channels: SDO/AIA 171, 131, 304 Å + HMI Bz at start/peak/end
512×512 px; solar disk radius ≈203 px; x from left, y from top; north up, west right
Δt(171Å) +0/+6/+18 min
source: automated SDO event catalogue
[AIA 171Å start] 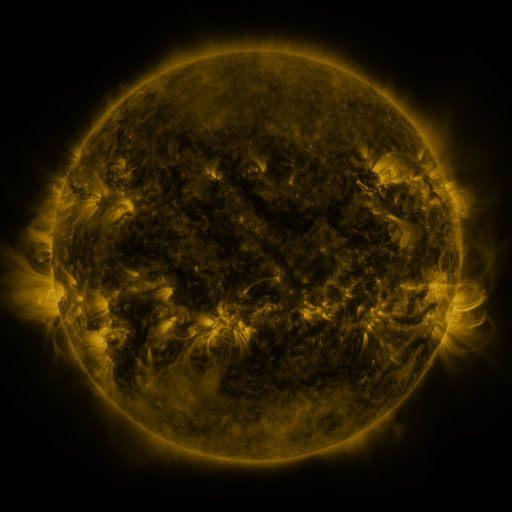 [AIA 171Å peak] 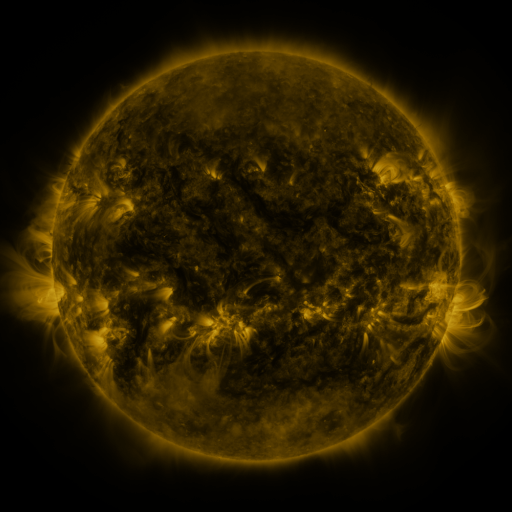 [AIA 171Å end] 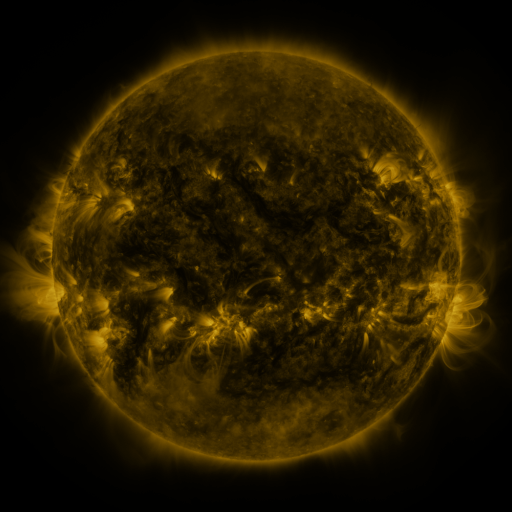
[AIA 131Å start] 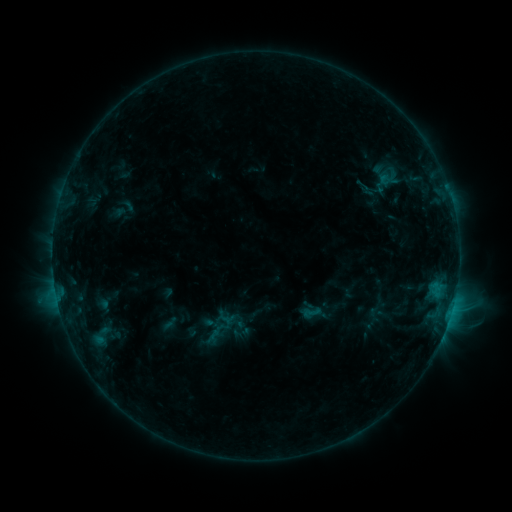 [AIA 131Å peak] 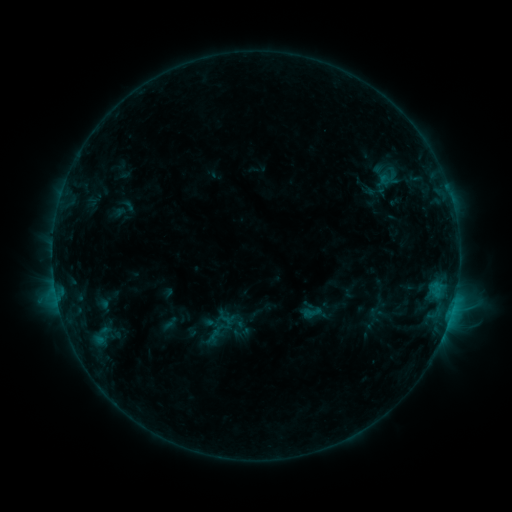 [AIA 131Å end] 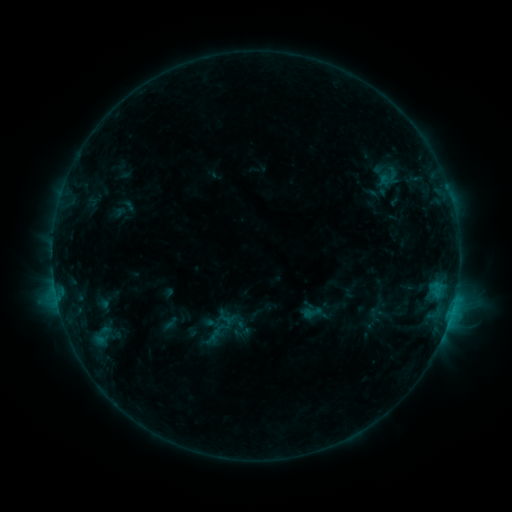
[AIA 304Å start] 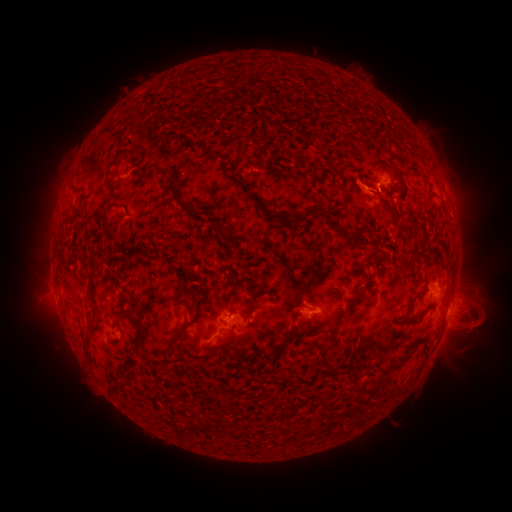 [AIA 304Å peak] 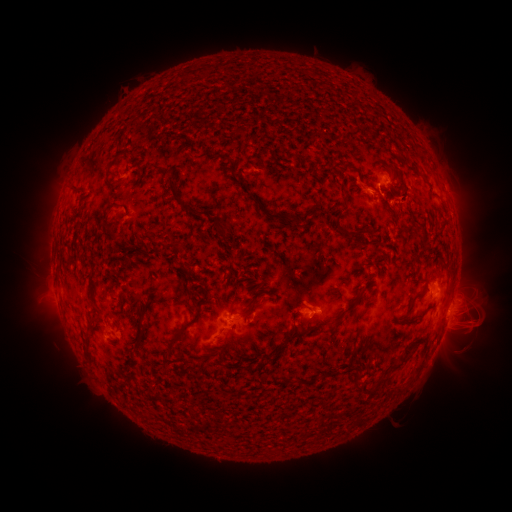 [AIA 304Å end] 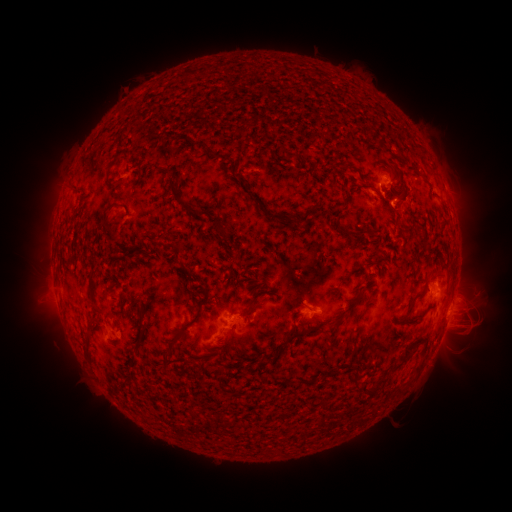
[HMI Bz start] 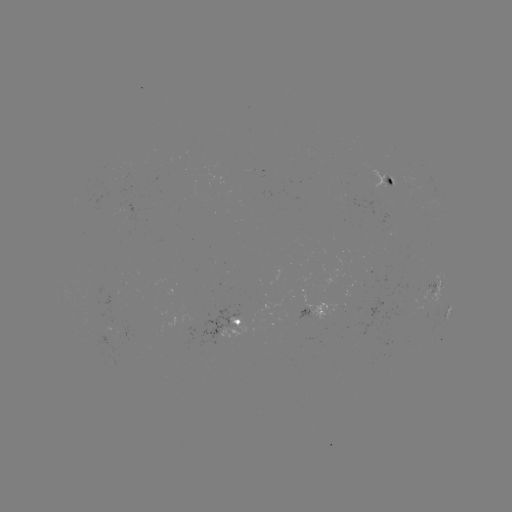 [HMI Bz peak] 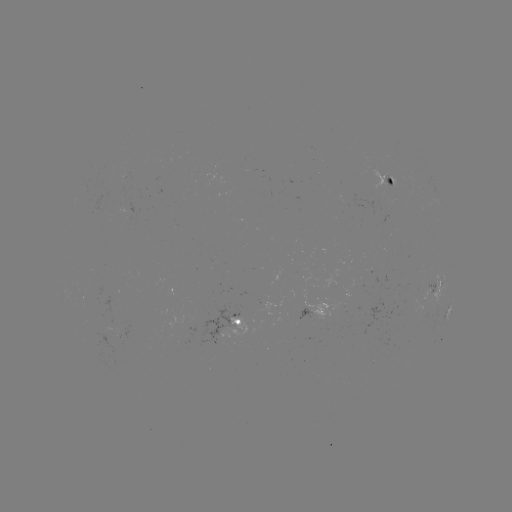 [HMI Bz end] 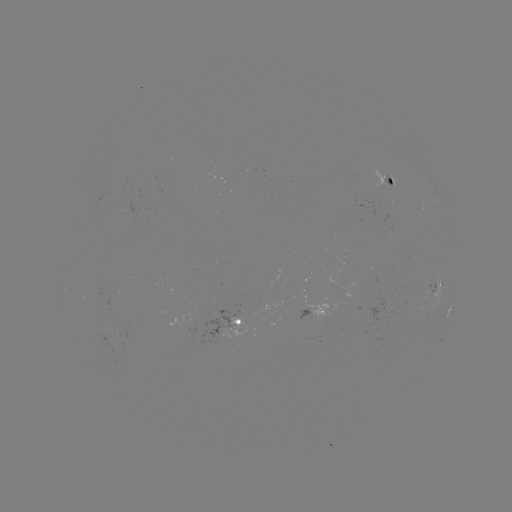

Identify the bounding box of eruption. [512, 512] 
[454, 306, 490, 339].